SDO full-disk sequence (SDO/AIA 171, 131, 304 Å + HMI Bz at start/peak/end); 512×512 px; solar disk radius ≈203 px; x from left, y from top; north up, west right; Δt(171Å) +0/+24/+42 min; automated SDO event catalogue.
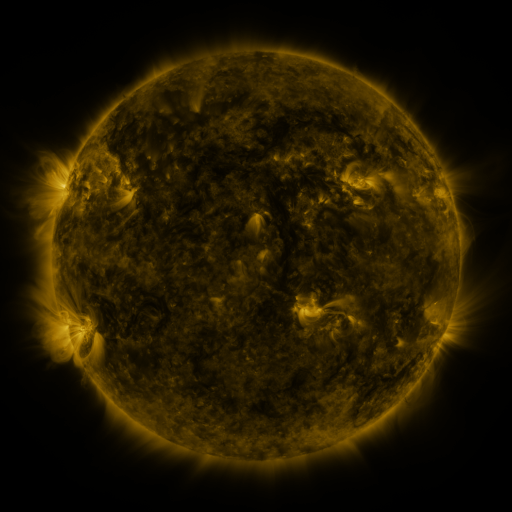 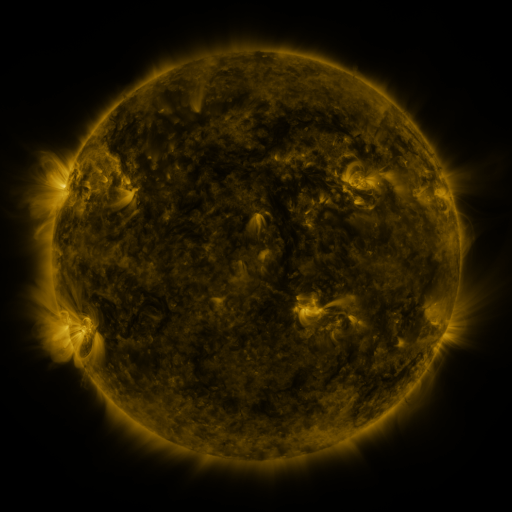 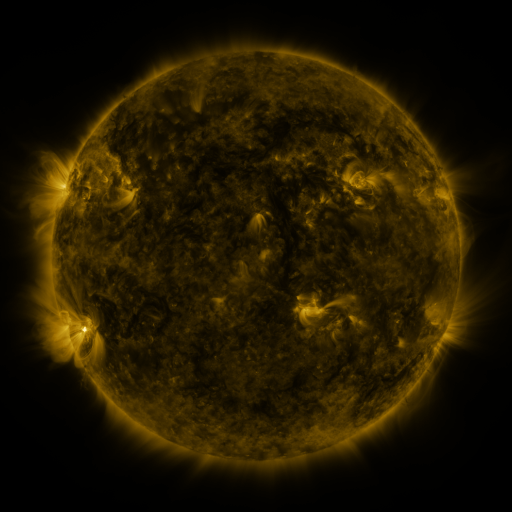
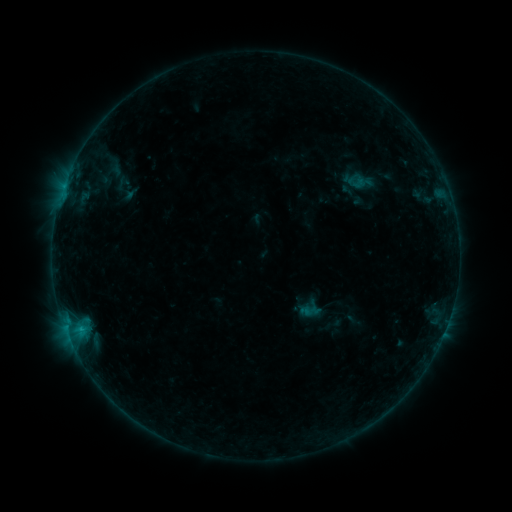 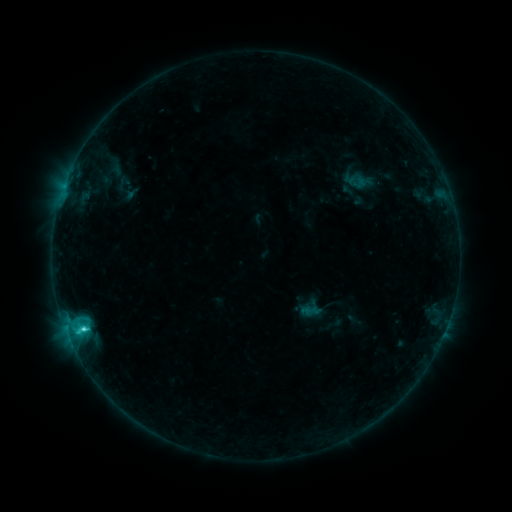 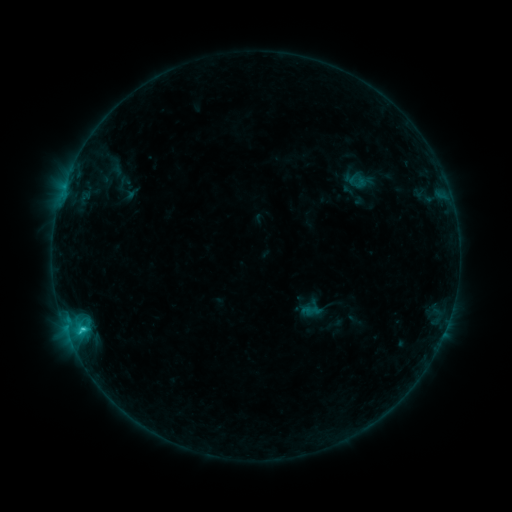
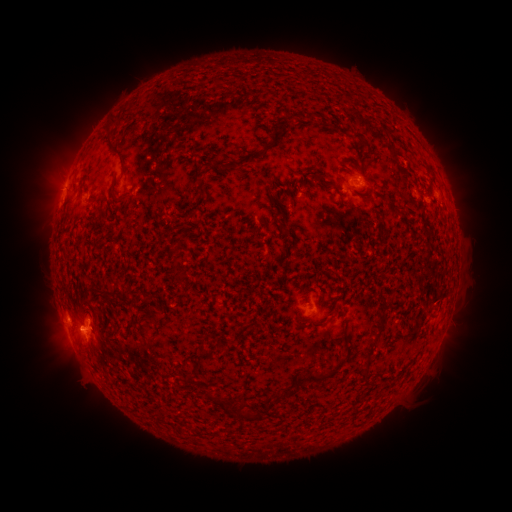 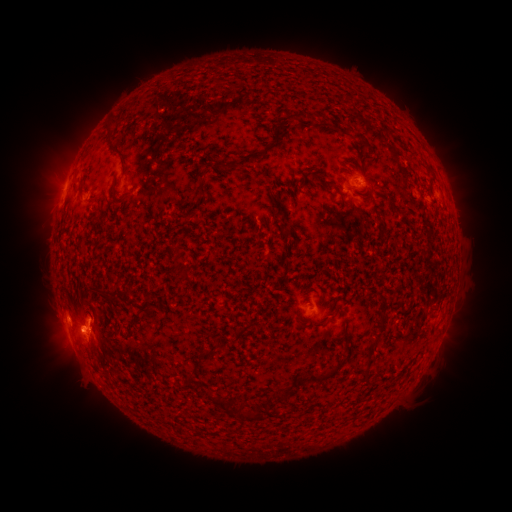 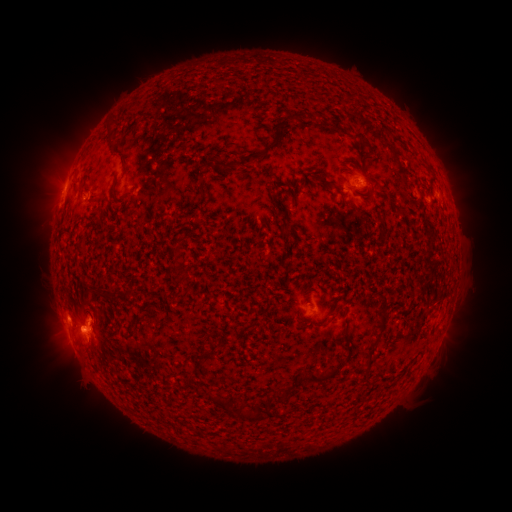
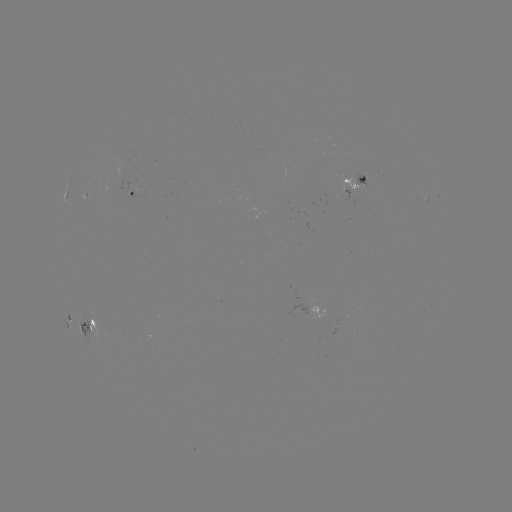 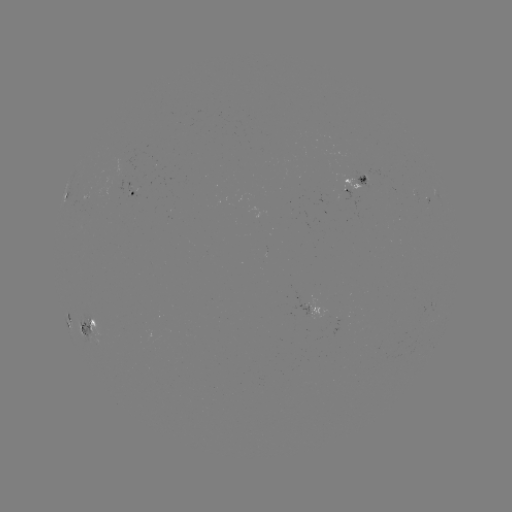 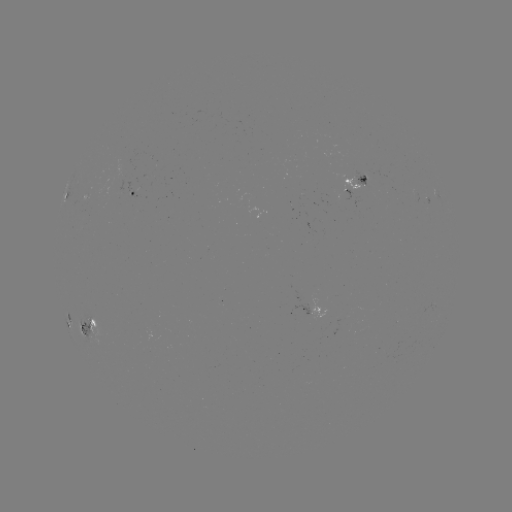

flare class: C2.4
